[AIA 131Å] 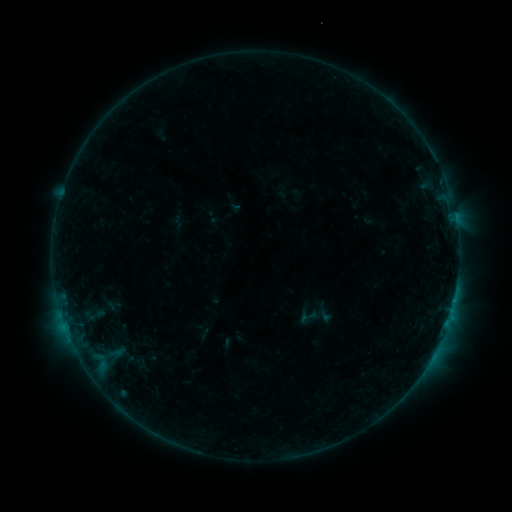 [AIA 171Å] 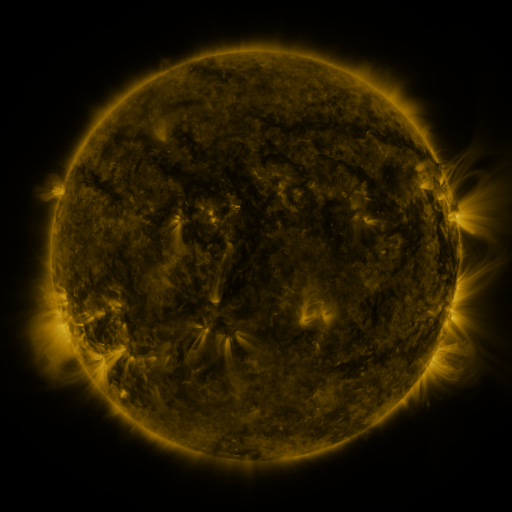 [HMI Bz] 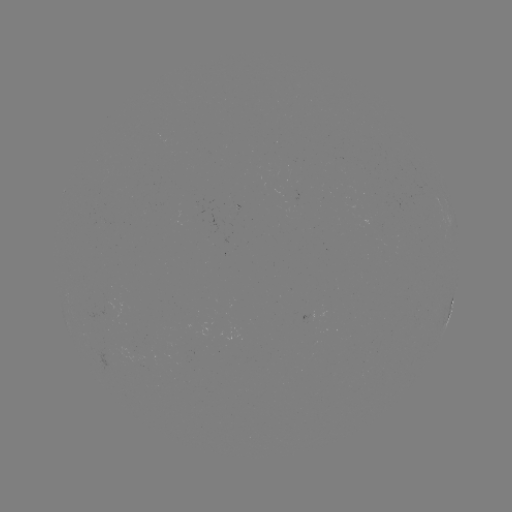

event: sigmoid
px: (309, 317)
